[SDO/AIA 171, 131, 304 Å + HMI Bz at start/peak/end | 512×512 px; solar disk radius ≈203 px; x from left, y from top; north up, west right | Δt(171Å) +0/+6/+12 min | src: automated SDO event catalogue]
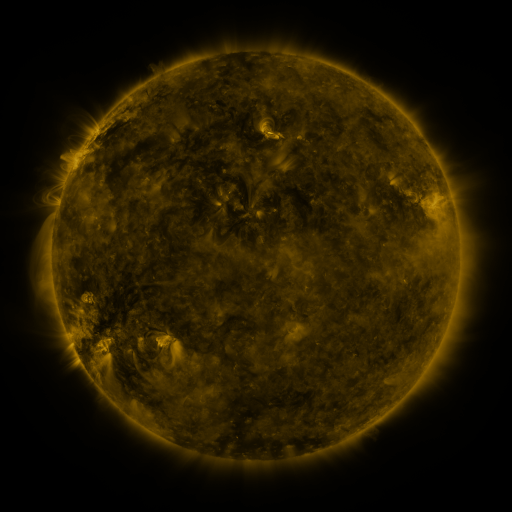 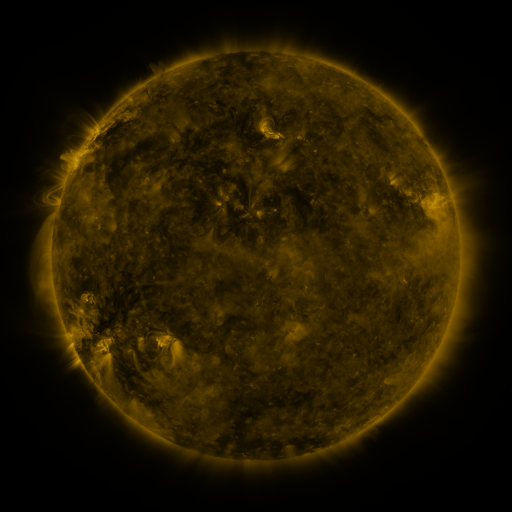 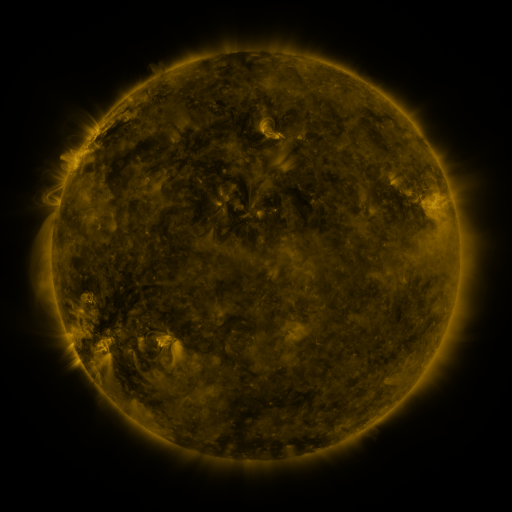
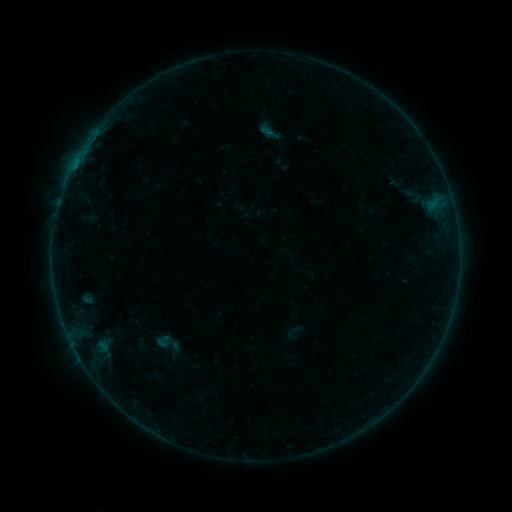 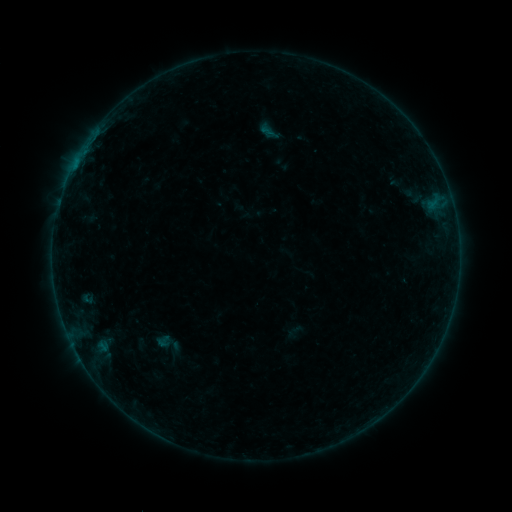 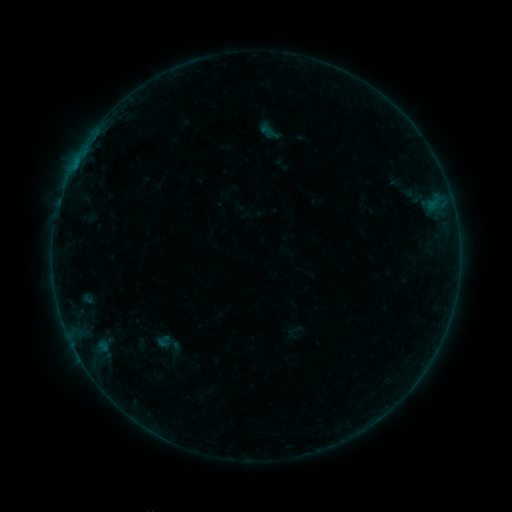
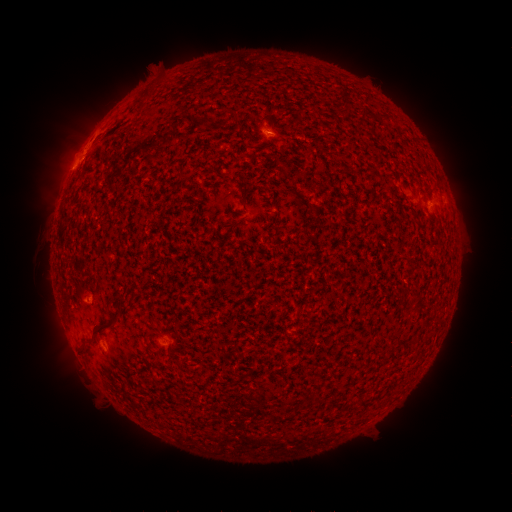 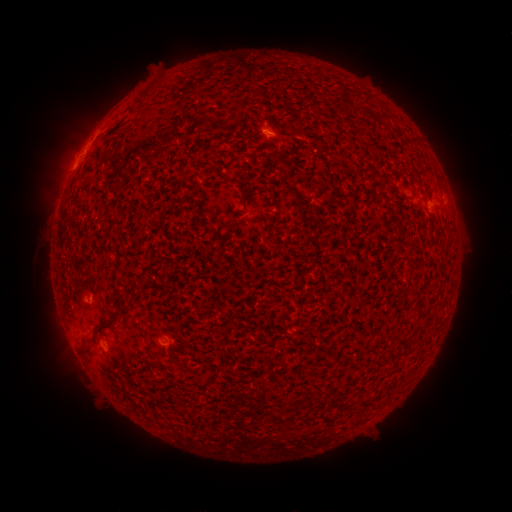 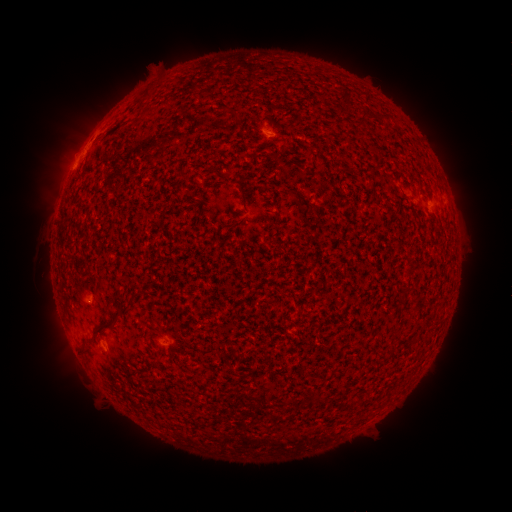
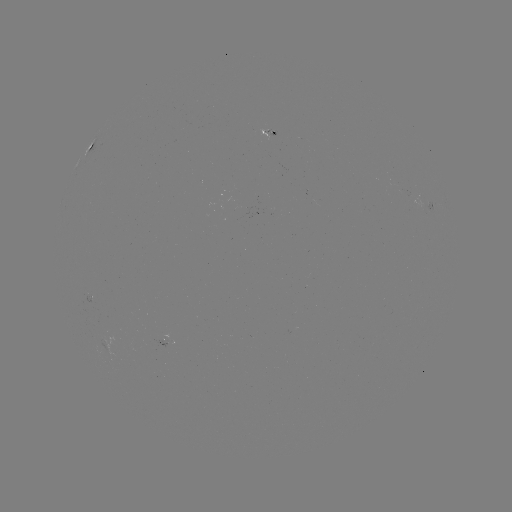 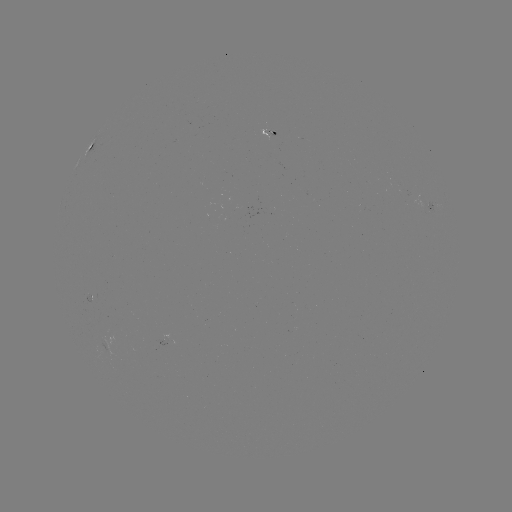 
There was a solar flare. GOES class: B1.5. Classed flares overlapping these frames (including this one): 1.